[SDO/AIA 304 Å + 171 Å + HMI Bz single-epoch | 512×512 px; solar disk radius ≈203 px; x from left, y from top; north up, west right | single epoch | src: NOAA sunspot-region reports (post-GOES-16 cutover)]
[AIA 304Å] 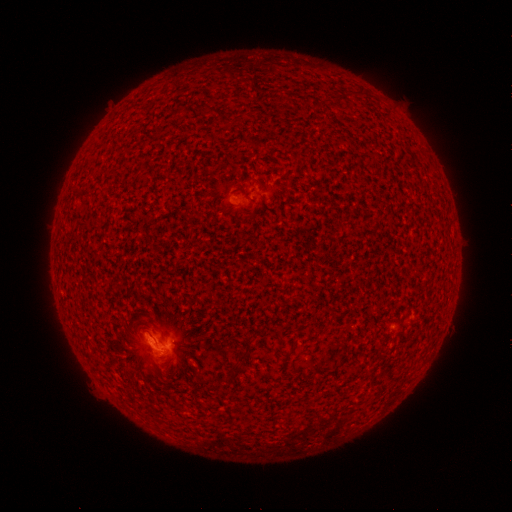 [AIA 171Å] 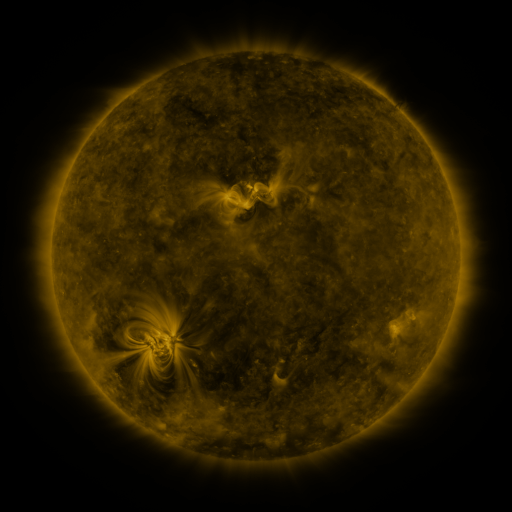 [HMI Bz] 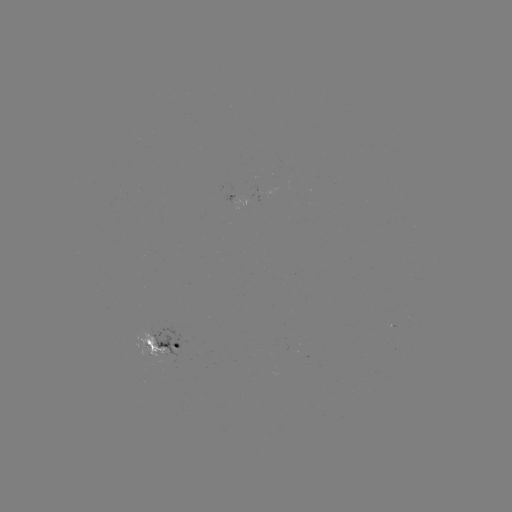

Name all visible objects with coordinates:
spotted active region: (235, 202)
spotted active region: (162, 346)
